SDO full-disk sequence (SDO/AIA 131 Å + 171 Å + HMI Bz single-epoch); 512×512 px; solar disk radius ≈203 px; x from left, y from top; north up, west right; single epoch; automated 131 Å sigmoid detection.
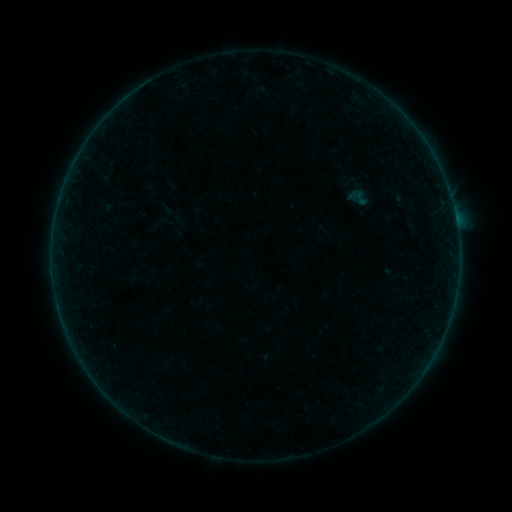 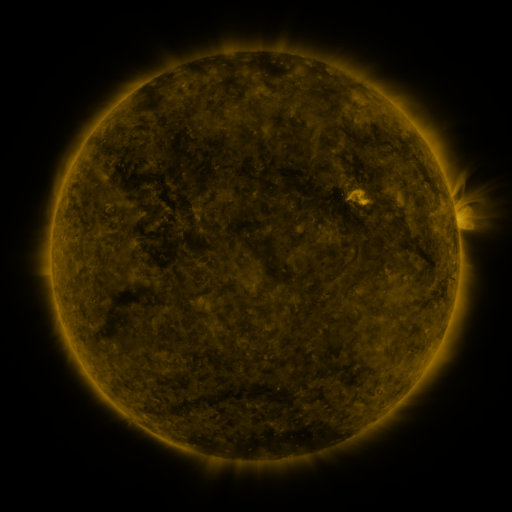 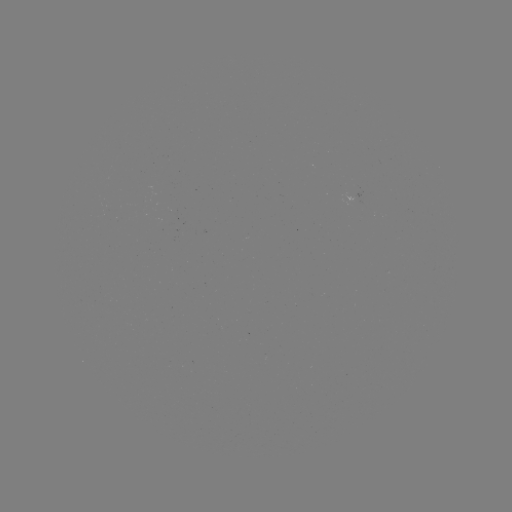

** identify sigmoid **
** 358,197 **